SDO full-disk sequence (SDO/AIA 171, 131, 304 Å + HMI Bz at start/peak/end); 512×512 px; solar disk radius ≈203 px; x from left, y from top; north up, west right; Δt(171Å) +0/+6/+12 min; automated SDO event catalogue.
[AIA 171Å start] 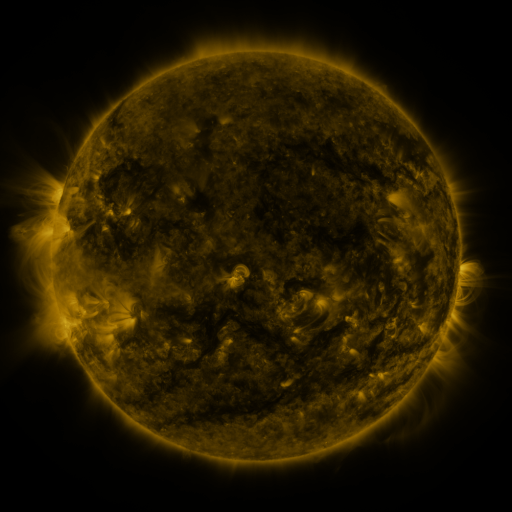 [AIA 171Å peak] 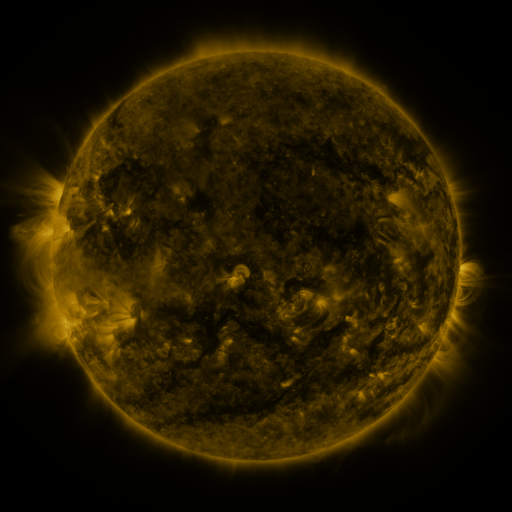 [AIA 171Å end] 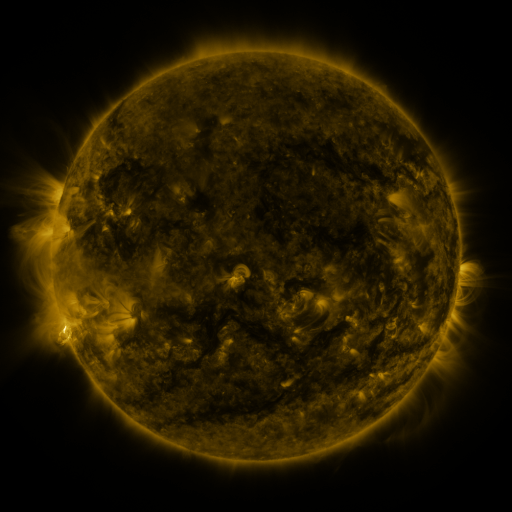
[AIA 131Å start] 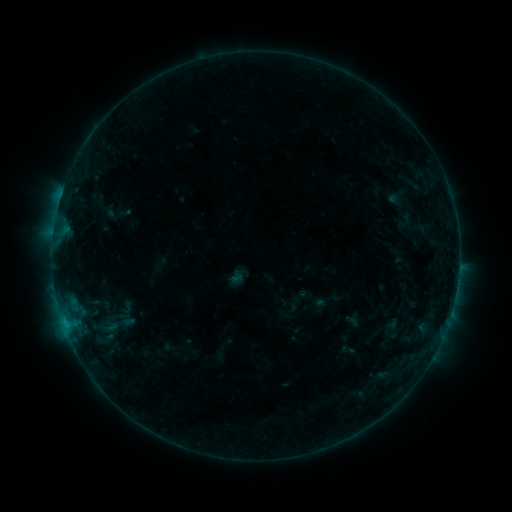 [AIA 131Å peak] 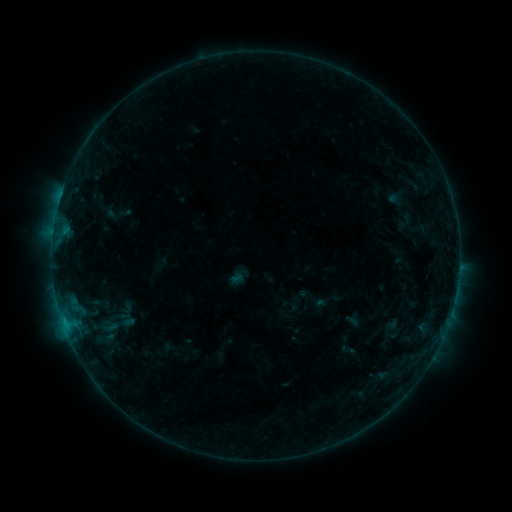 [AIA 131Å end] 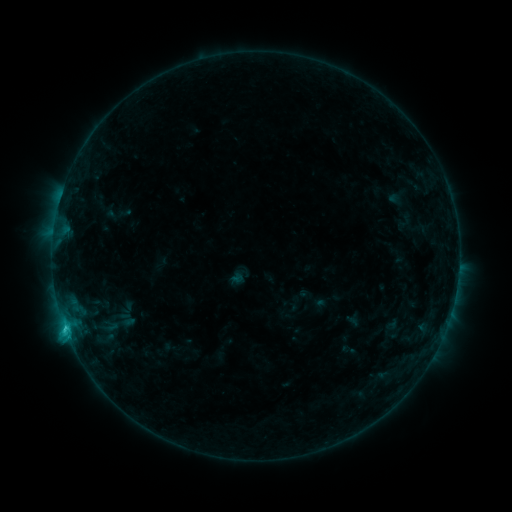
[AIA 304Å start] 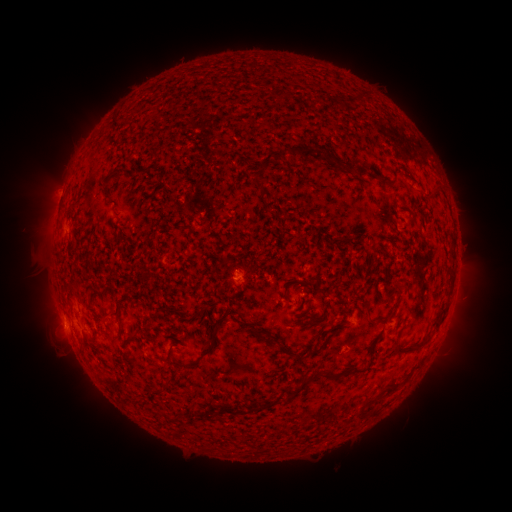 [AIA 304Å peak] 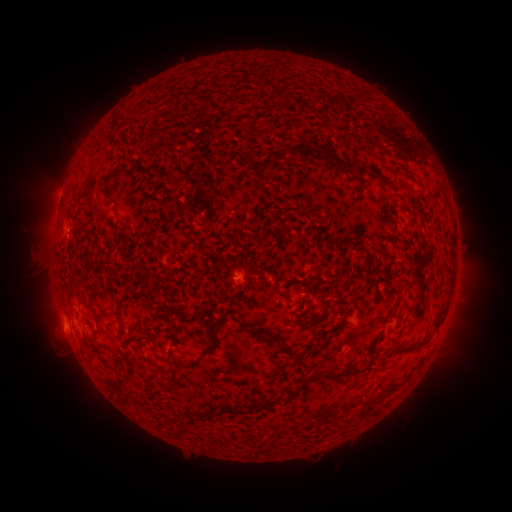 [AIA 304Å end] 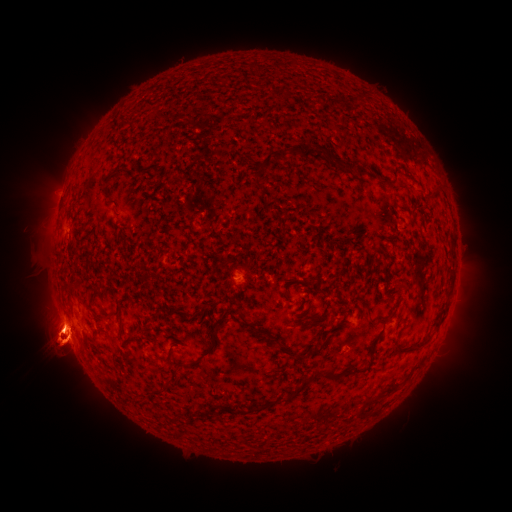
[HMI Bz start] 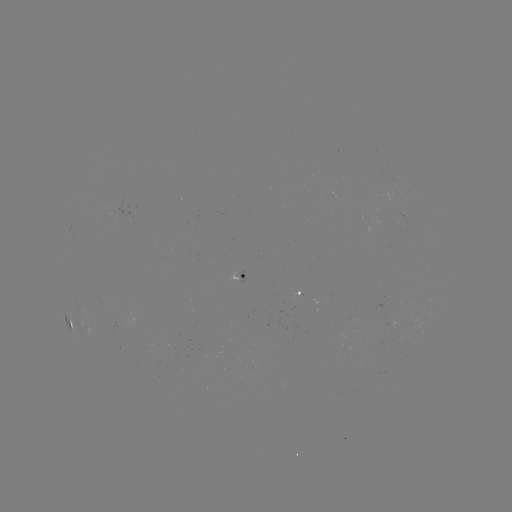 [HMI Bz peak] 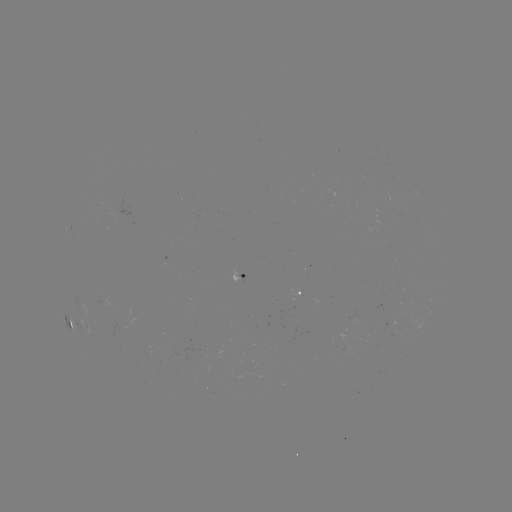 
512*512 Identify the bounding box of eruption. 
[0, 246, 142, 410].